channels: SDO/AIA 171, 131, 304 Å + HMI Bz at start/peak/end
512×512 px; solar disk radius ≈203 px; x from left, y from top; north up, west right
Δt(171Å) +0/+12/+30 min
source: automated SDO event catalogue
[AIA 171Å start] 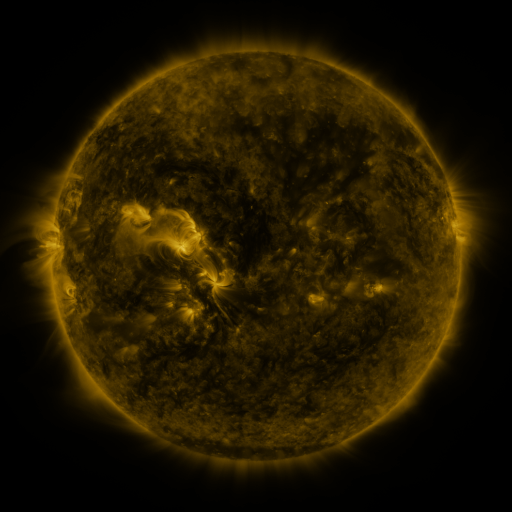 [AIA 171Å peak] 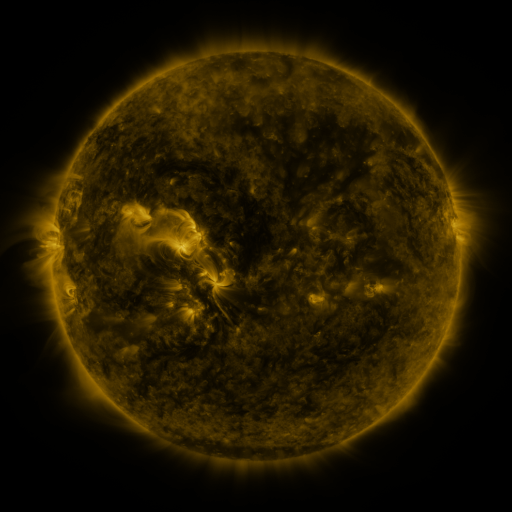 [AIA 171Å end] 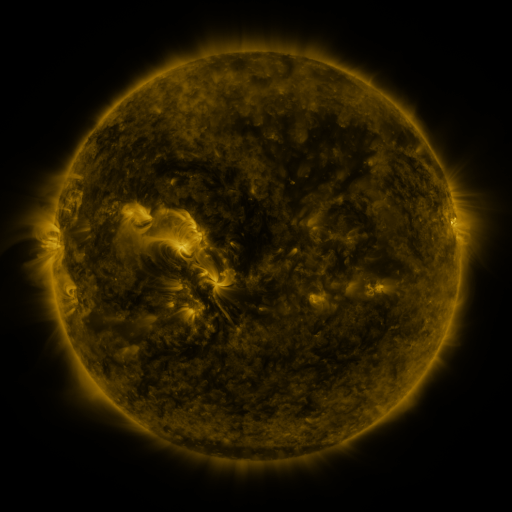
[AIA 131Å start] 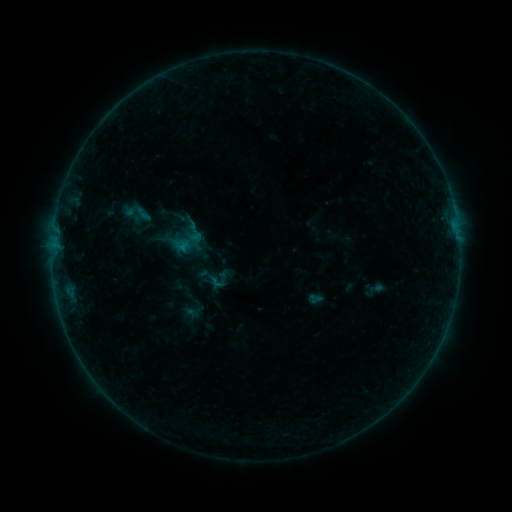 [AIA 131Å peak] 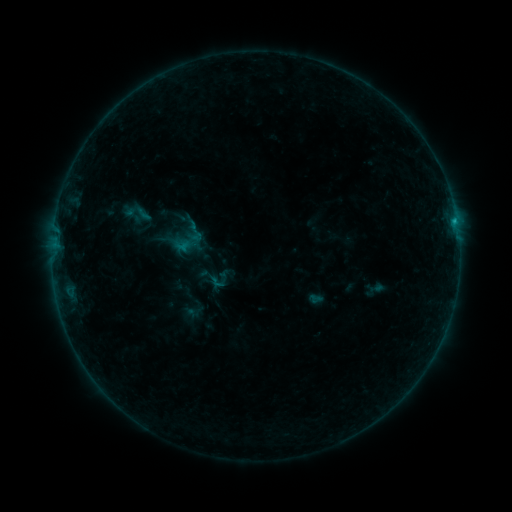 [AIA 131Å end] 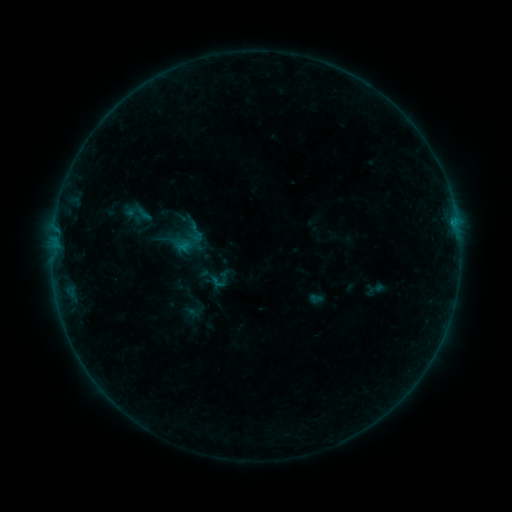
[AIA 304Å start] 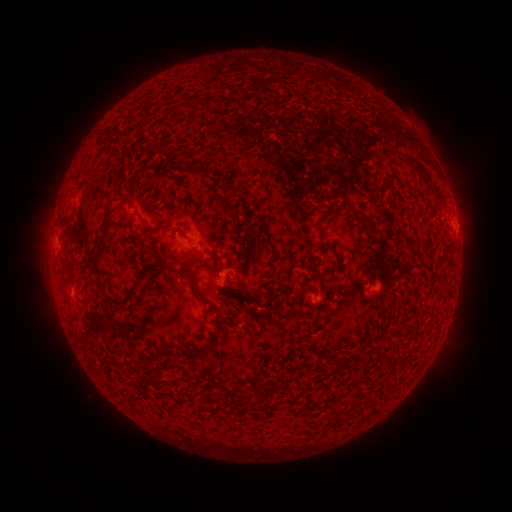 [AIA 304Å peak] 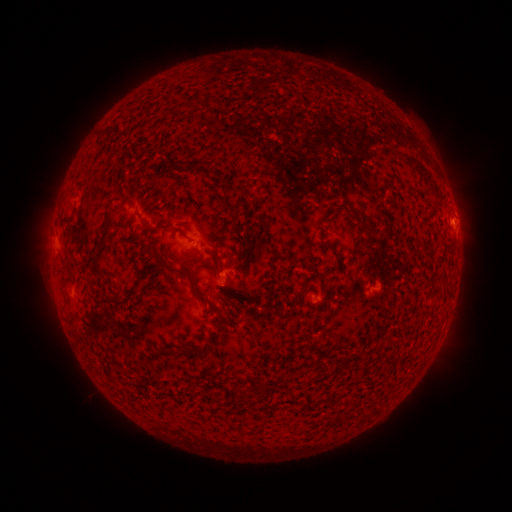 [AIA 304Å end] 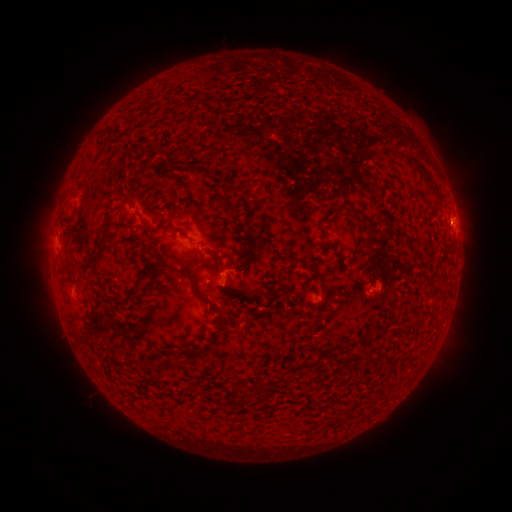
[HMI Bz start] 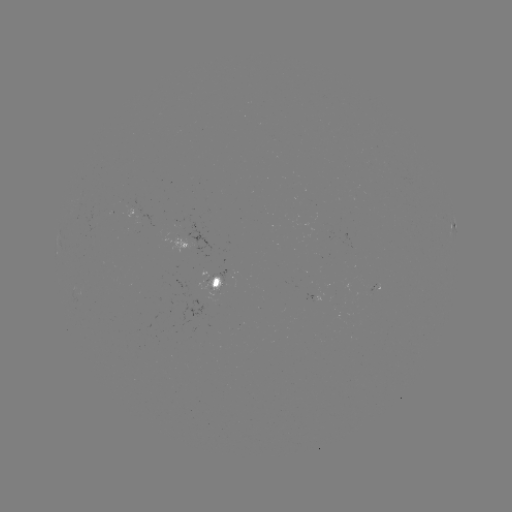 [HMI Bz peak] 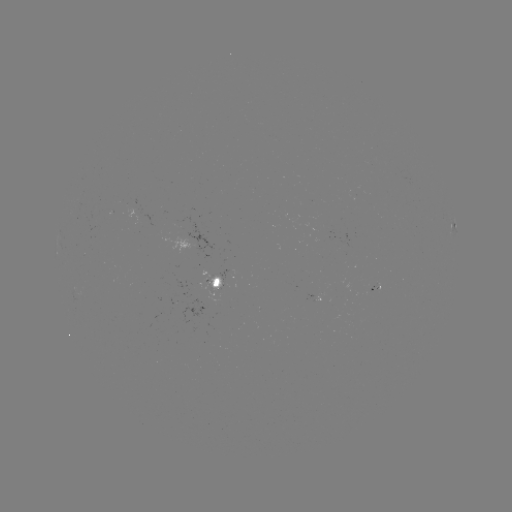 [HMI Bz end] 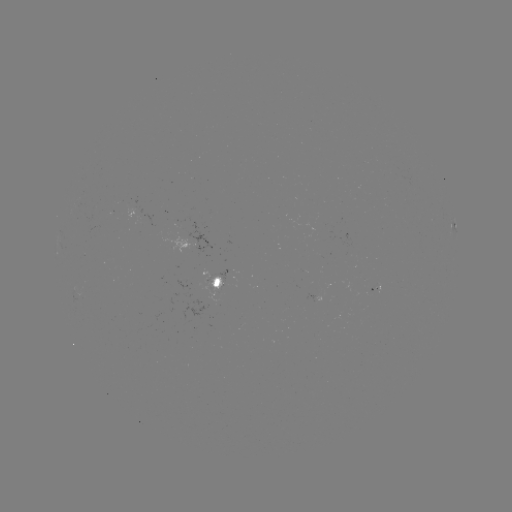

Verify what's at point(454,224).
B4.2 flare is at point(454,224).